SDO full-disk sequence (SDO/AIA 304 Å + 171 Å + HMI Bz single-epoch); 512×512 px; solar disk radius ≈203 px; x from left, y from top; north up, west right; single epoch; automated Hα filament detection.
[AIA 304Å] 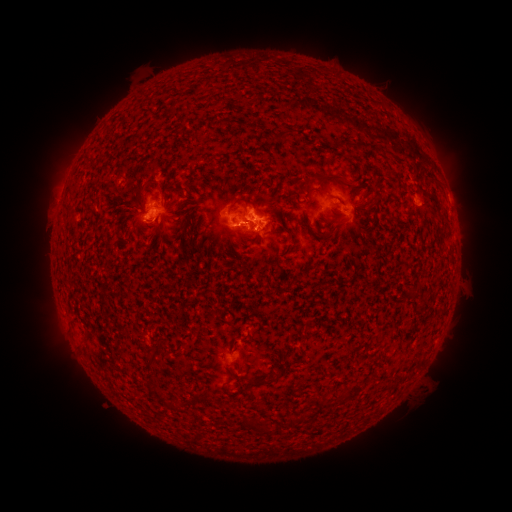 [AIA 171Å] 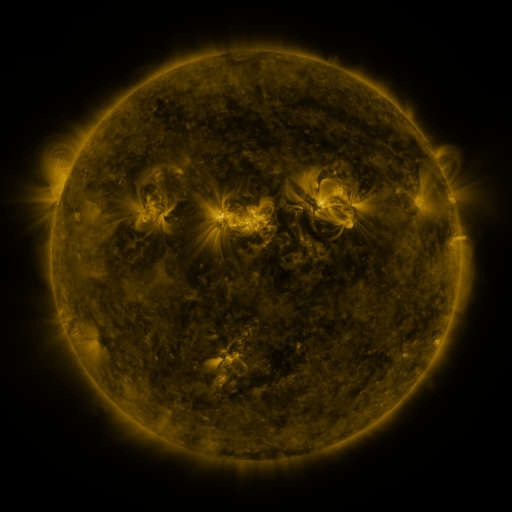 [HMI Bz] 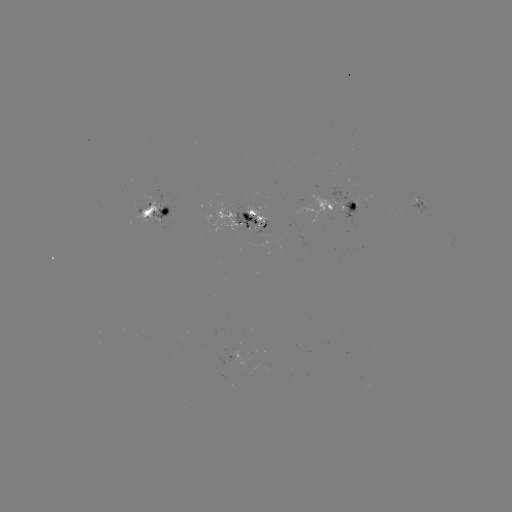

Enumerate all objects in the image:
filament: (285, 134)
filament: (334, 177)
filament: (180, 189)
filament: (298, 191)
filament: (329, 195)
filament: (246, 205)
filament: (69, 207)
filament: (244, 236)
filament: (279, 372)
filament: (257, 381)
filament: (289, 420)
